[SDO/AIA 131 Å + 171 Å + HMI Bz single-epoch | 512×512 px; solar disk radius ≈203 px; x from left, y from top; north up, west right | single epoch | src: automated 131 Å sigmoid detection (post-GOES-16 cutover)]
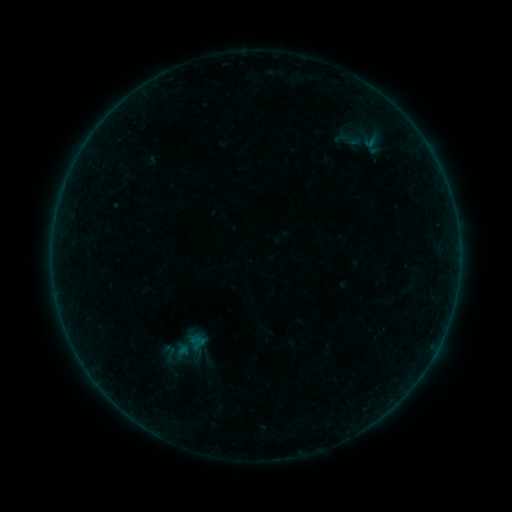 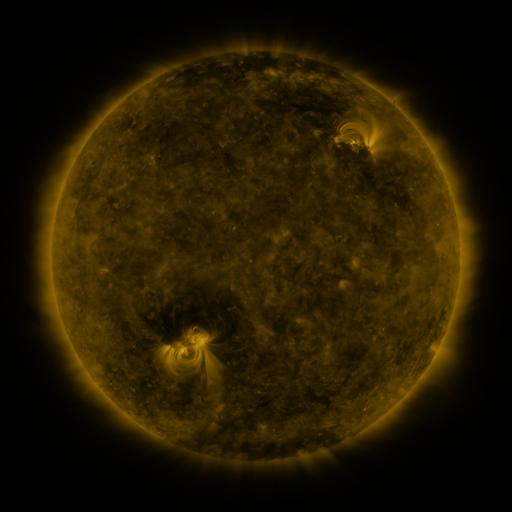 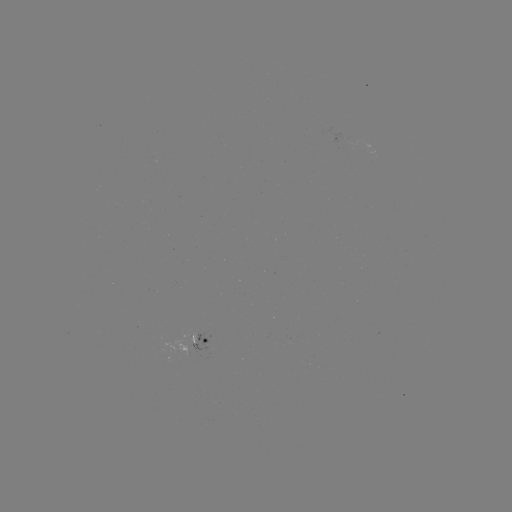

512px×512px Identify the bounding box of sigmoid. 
[164, 328, 211, 363].